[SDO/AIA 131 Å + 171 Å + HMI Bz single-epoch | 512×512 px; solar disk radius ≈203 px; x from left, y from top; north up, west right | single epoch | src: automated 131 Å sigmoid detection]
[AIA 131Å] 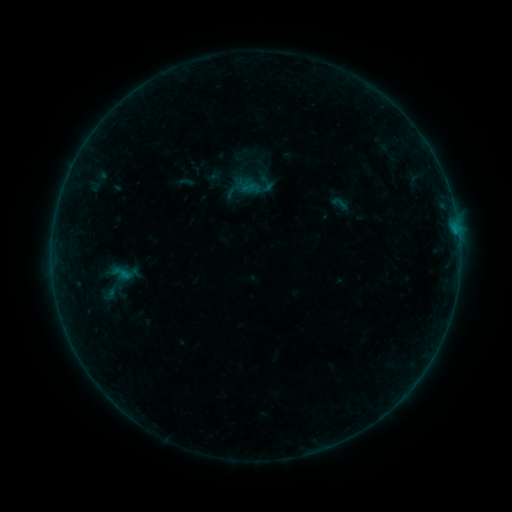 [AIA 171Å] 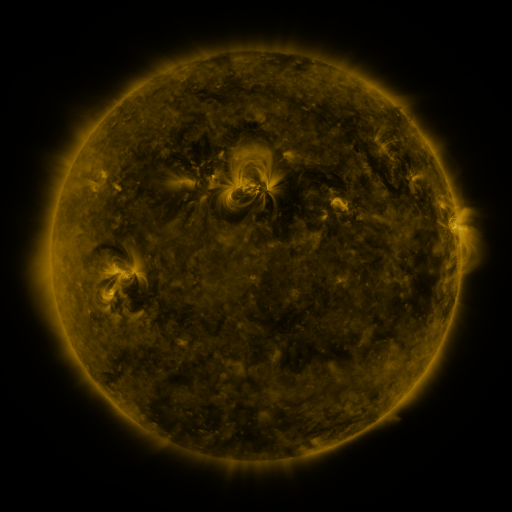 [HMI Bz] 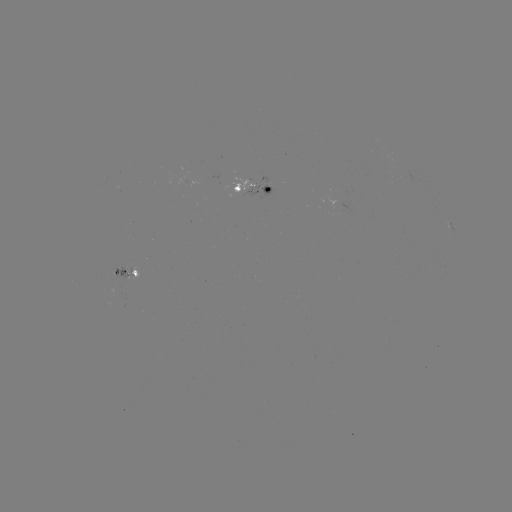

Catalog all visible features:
sigmoid: (249, 187)
sigmoid: (340, 204)
